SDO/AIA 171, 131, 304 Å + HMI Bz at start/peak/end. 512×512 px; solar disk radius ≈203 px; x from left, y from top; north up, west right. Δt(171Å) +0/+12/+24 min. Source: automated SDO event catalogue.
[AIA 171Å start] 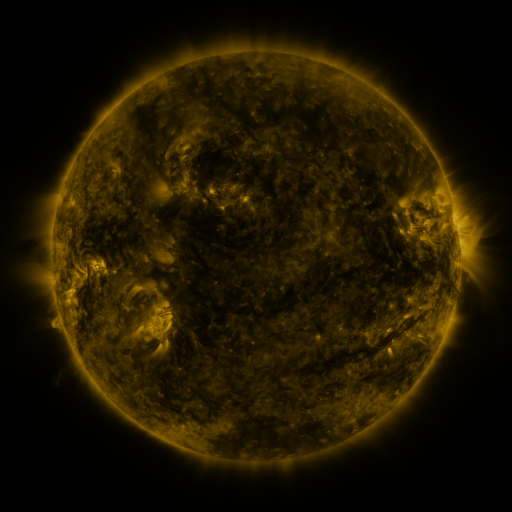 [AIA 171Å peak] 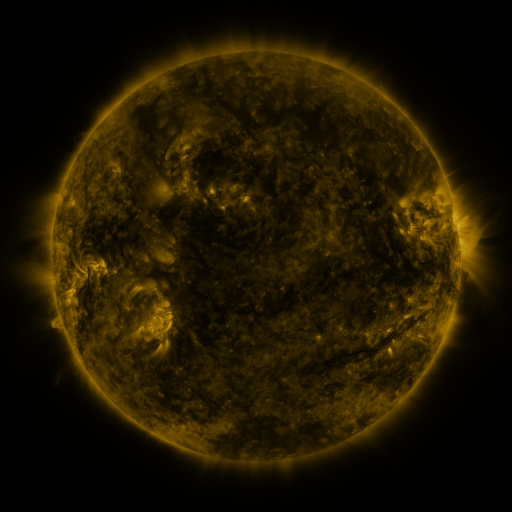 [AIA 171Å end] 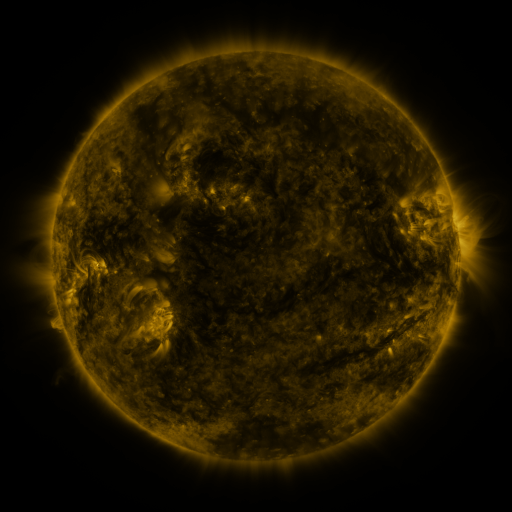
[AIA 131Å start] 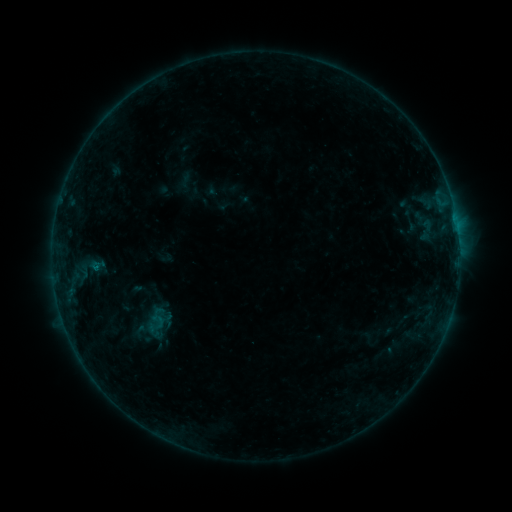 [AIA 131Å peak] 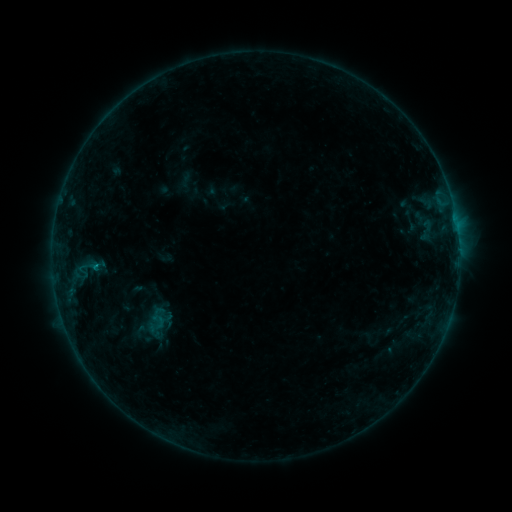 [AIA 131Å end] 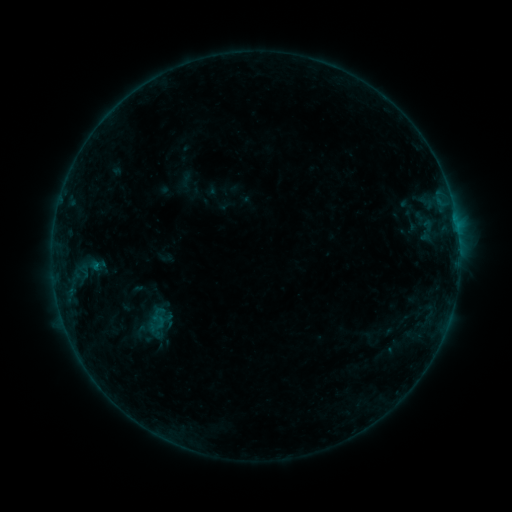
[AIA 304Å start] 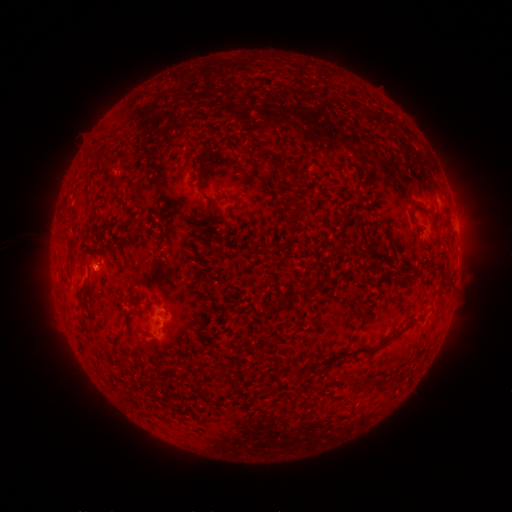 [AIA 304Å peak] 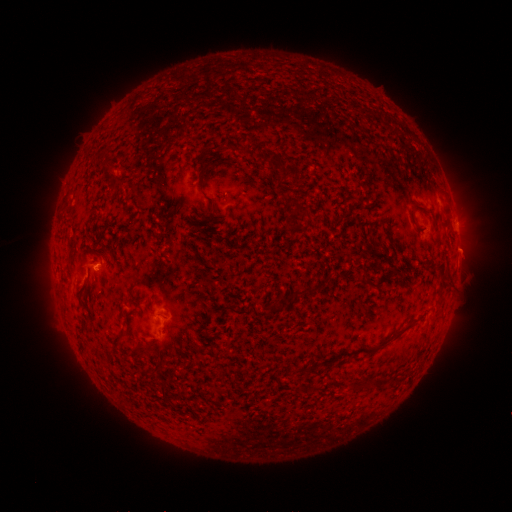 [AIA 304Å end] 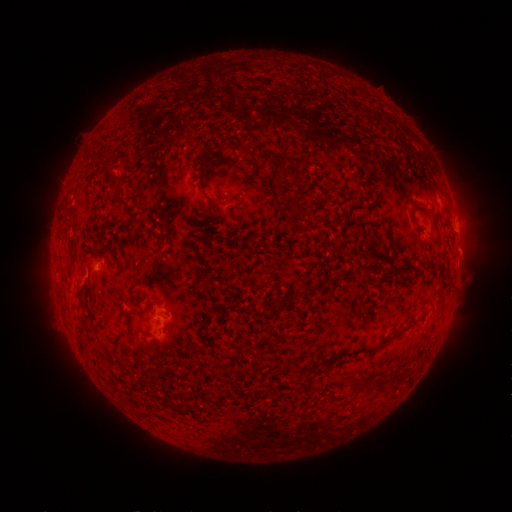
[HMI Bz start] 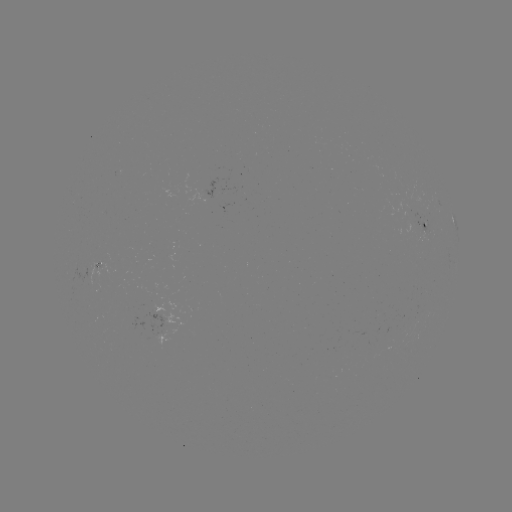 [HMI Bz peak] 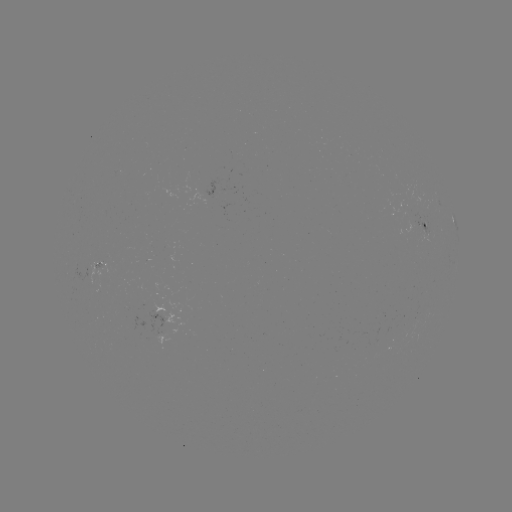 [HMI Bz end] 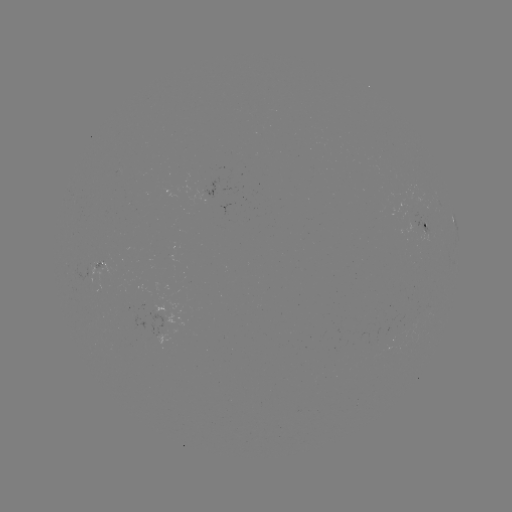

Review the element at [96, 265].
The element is B3.4 flare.